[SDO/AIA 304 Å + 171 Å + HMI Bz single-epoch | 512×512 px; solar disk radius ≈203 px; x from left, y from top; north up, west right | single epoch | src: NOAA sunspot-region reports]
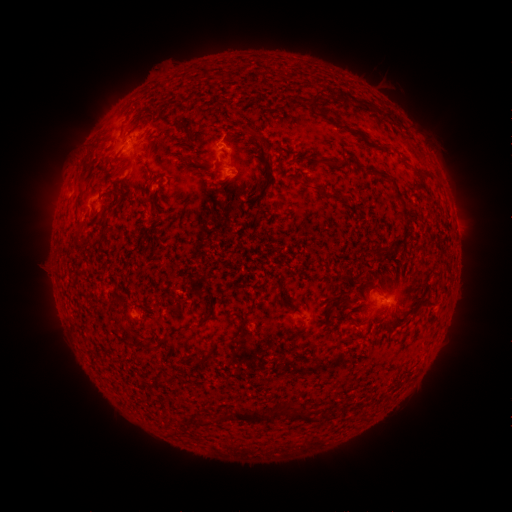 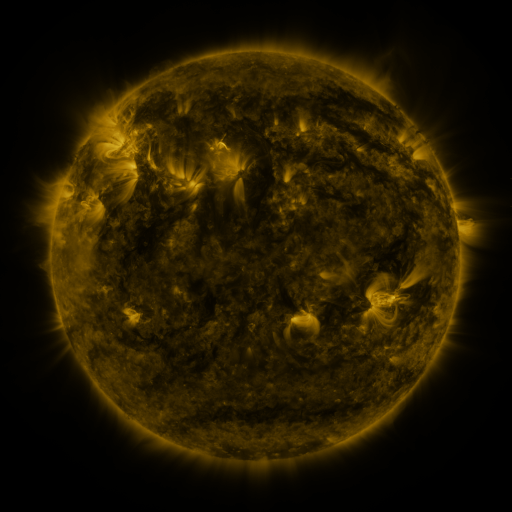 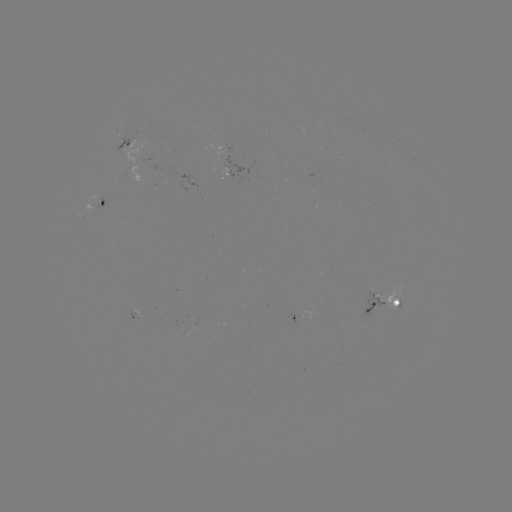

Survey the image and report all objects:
spotted active region: (134, 136)
spotted active region: (108, 194)
spotted active region: (373, 310)
spotted active region: (297, 316)
